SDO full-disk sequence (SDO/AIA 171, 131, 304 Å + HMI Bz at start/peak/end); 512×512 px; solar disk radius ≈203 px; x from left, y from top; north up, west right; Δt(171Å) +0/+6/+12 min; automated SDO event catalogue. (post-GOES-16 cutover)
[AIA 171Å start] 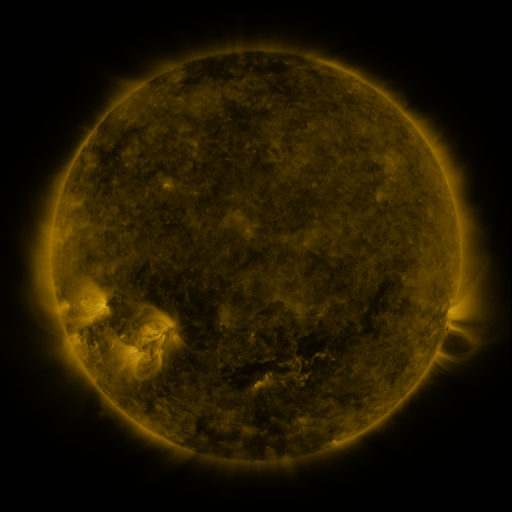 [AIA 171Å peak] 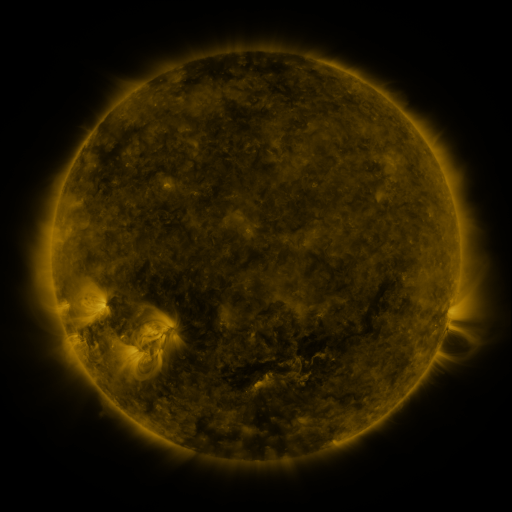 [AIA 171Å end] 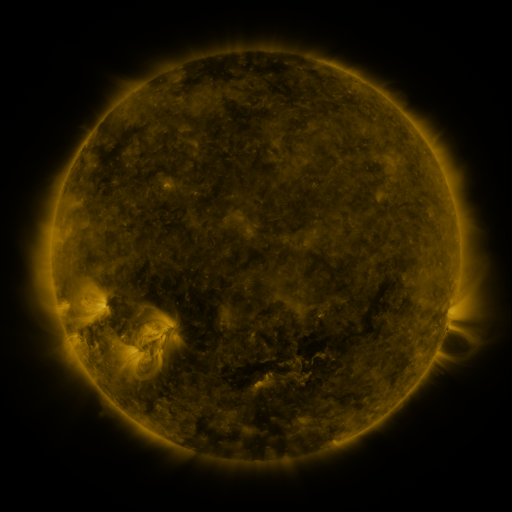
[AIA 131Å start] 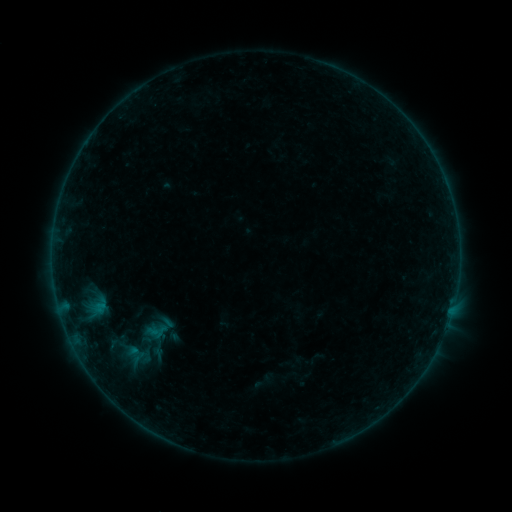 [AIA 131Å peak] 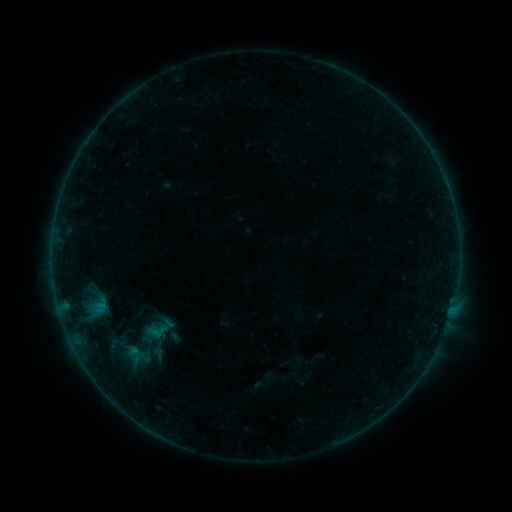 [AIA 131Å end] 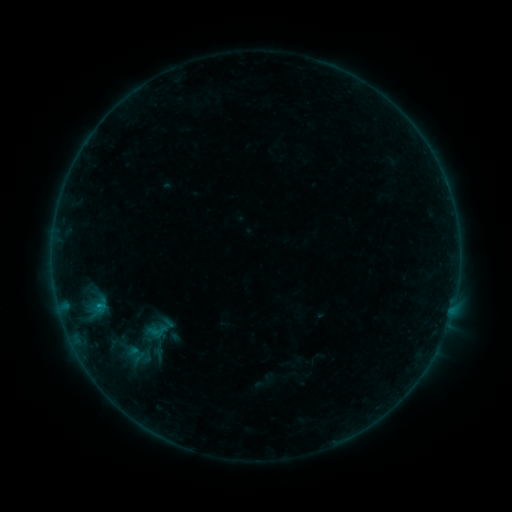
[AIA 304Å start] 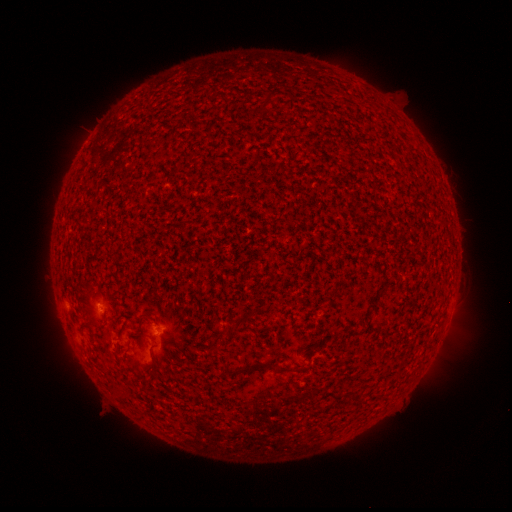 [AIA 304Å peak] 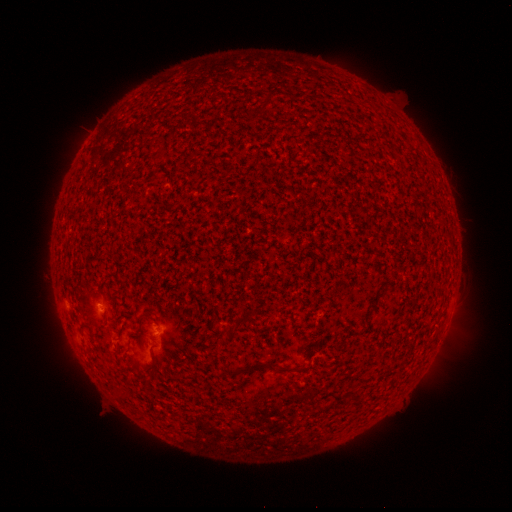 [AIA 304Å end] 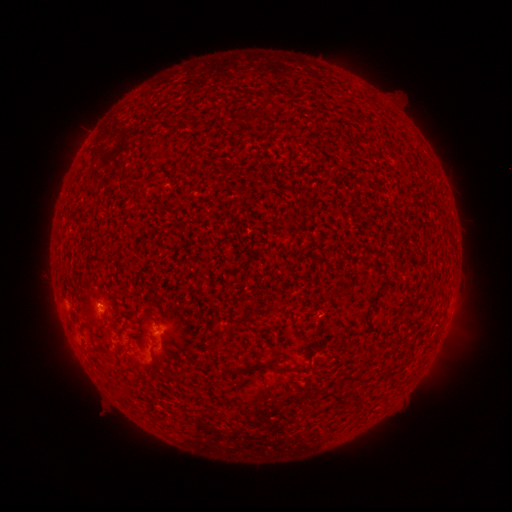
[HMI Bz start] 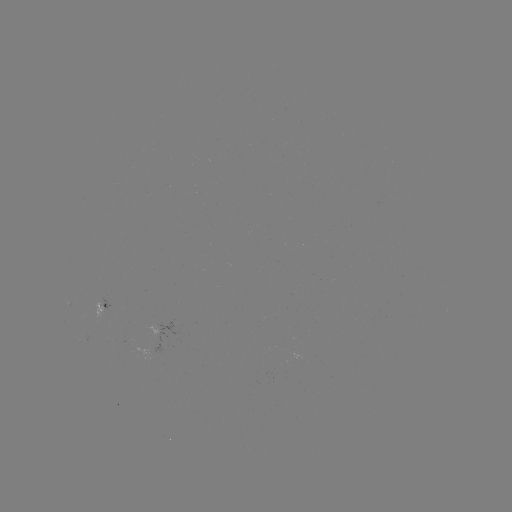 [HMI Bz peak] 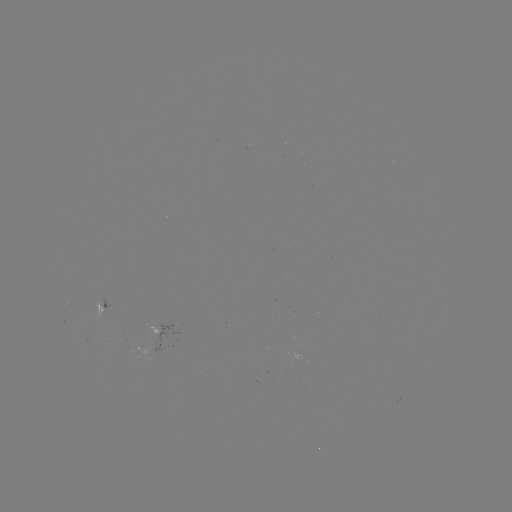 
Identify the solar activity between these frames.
B3.2 flare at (100, 303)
